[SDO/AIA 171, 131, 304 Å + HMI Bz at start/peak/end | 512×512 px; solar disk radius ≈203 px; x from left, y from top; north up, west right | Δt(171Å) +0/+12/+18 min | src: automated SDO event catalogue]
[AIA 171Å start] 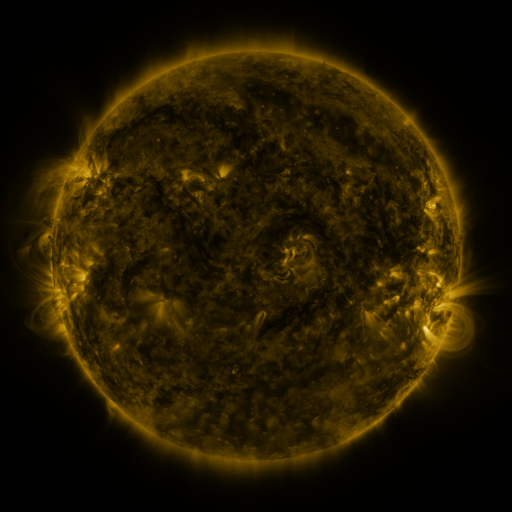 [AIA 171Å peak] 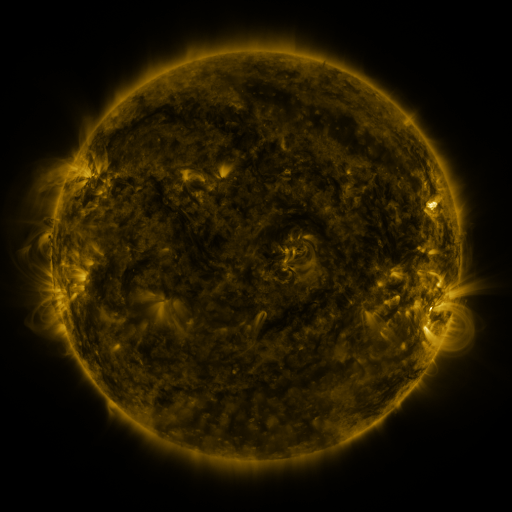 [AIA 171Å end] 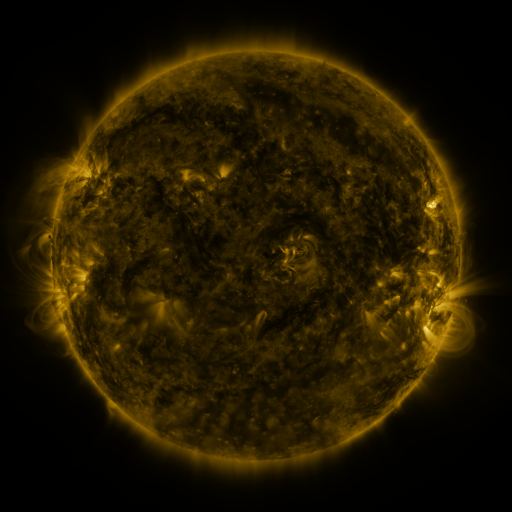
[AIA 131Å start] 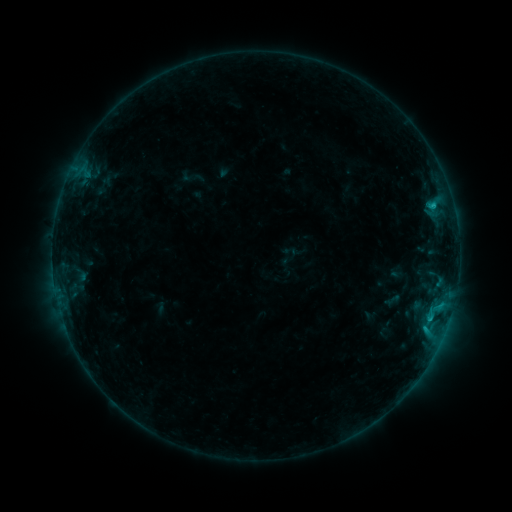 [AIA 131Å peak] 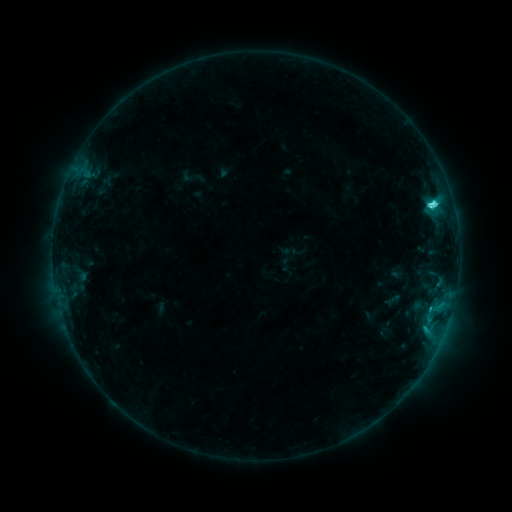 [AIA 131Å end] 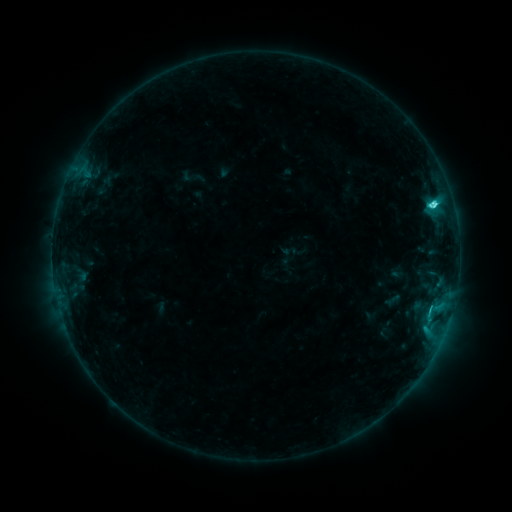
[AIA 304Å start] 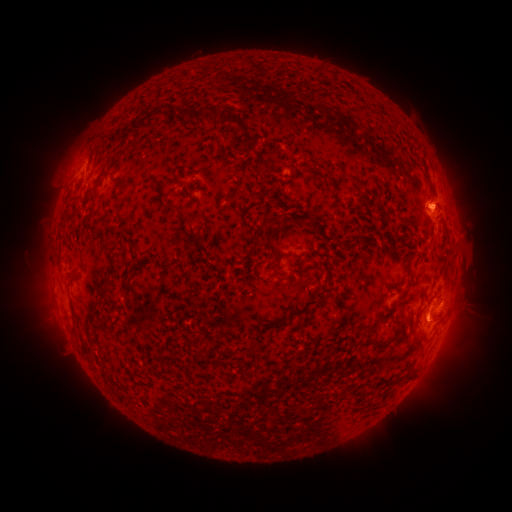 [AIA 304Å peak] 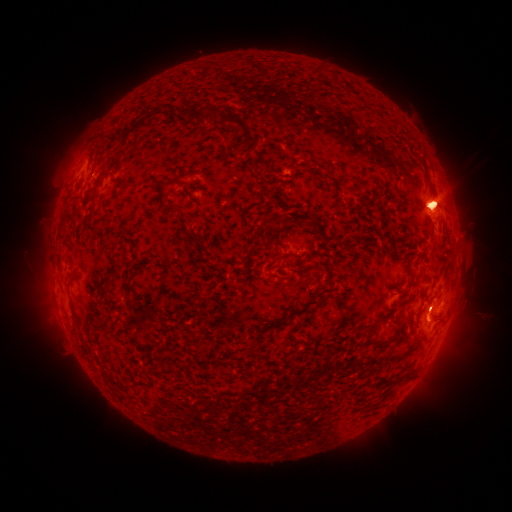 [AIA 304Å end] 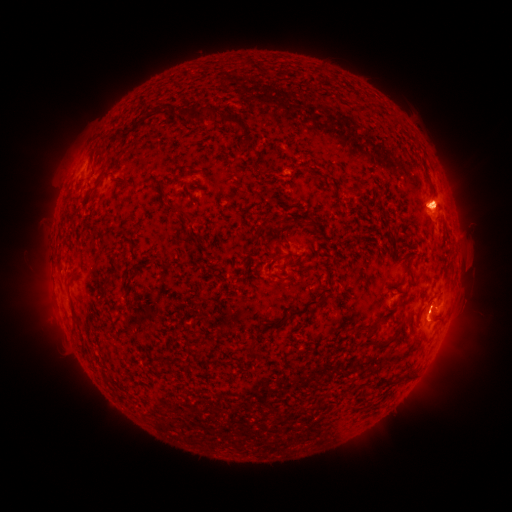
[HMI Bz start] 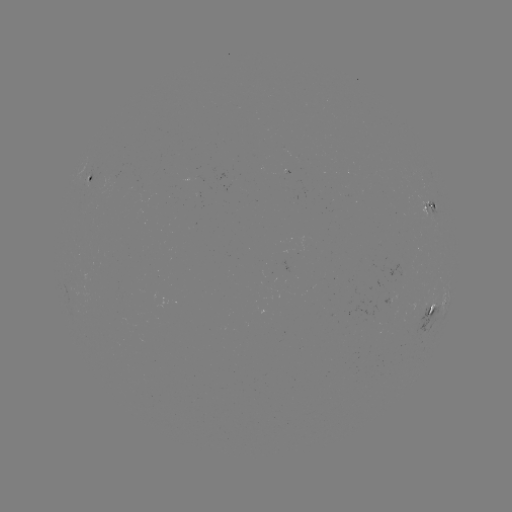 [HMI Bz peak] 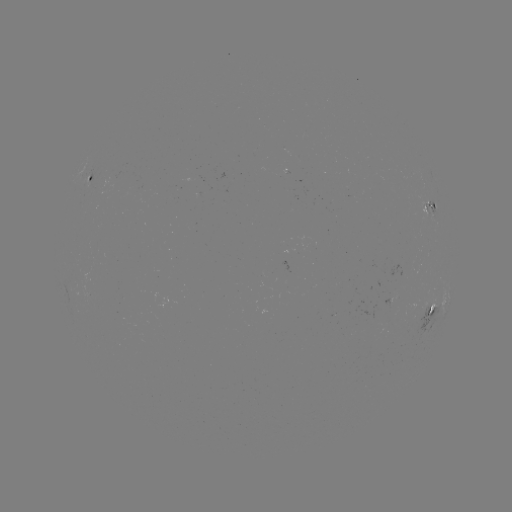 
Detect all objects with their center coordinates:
C5.5 flare: (432, 205)
